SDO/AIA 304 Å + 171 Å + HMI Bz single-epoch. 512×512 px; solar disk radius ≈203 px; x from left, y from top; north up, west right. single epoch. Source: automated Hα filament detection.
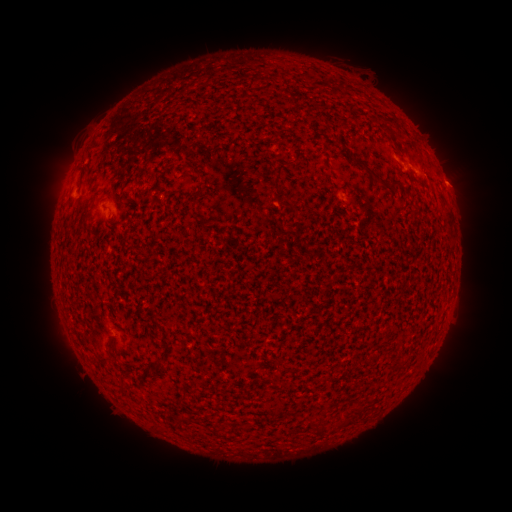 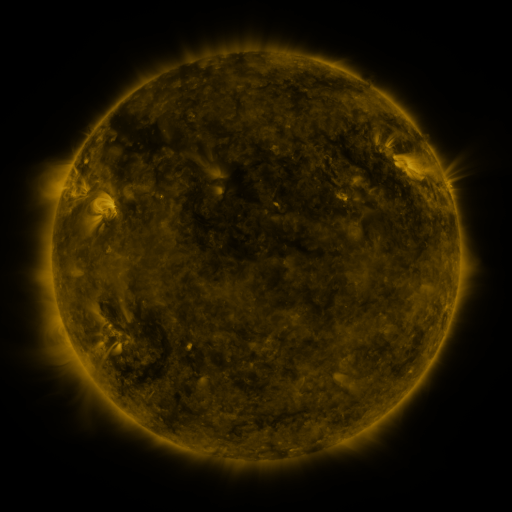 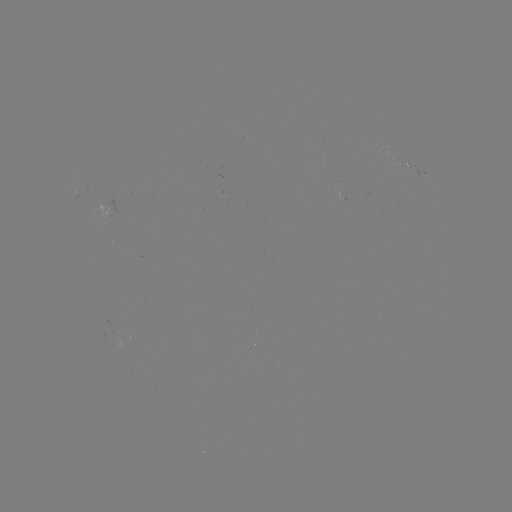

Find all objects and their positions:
filament: <bbox>383, 116, 402, 130</bbox>
filament: <bbox>383, 126, 392, 133</bbox>
filament: <bbox>353, 155, 387, 187</bbox>
filament: <bbox>274, 163, 285, 182</bbox>
filament: <bbox>392, 181, 400, 193</bbox>
filament: <bbox>152, 359, 163, 369</bbox>
filament: <bbox>336, 417, 347, 428</bbox>
filament: <bbox>316, 424, 324, 434</bbox>
